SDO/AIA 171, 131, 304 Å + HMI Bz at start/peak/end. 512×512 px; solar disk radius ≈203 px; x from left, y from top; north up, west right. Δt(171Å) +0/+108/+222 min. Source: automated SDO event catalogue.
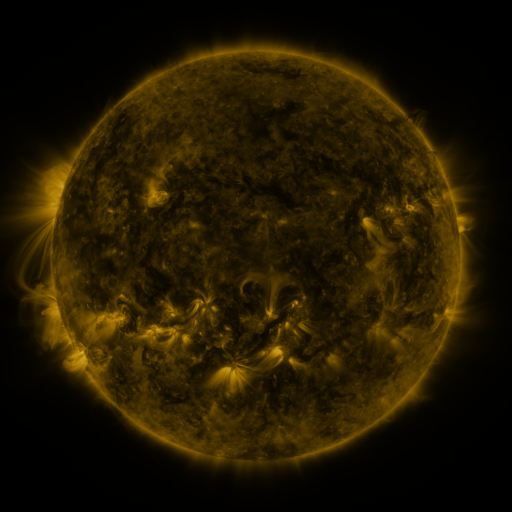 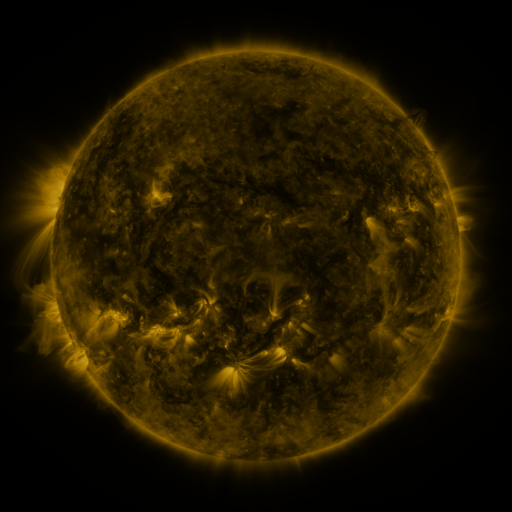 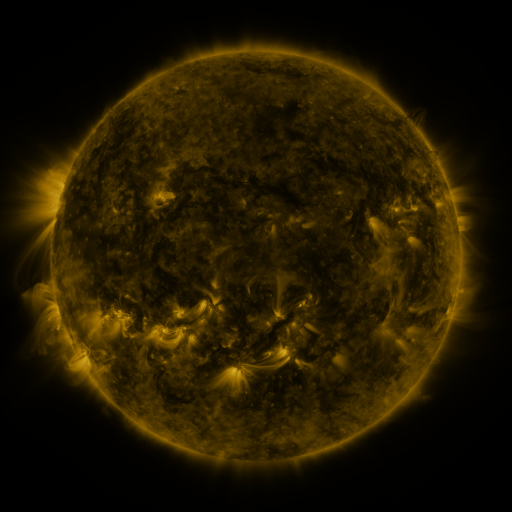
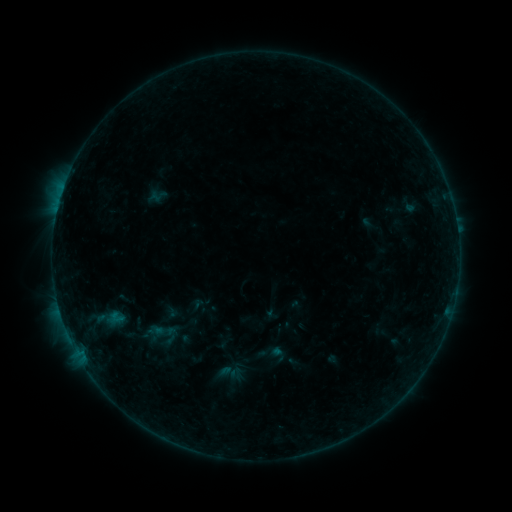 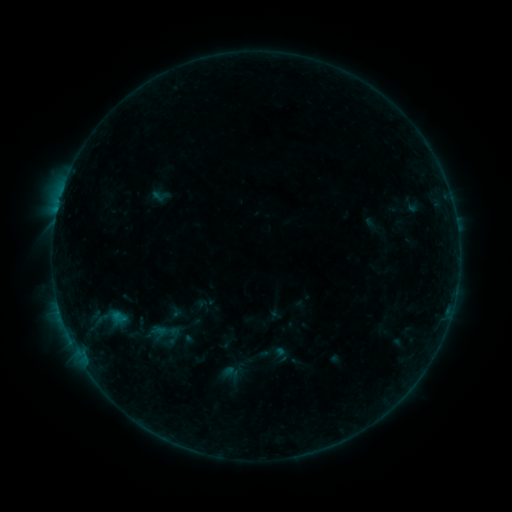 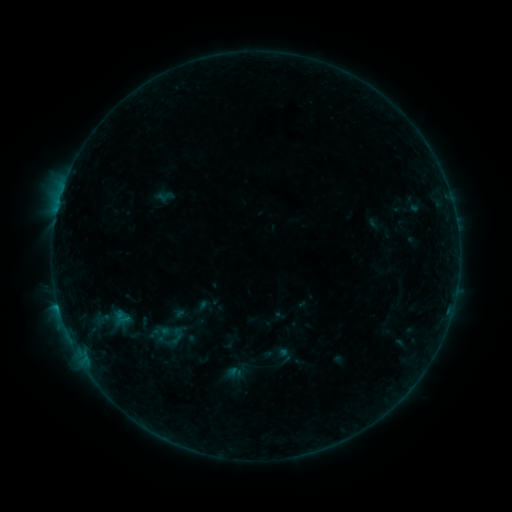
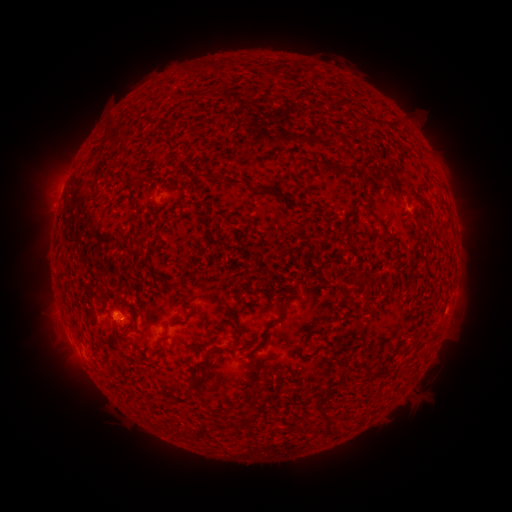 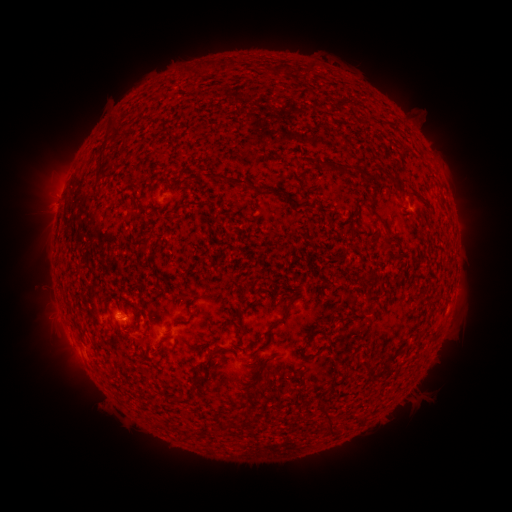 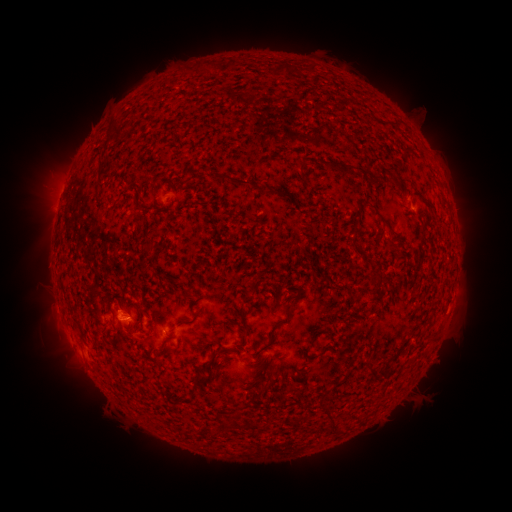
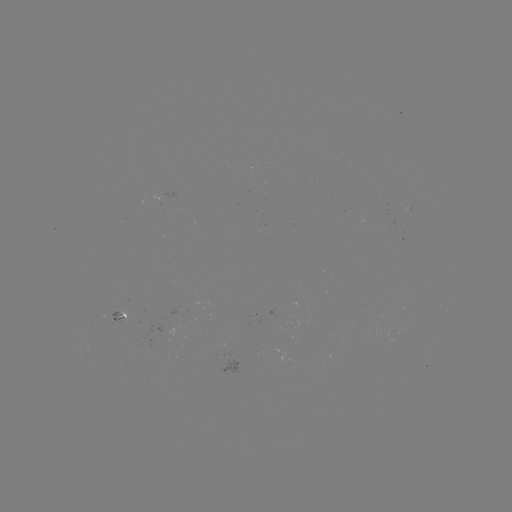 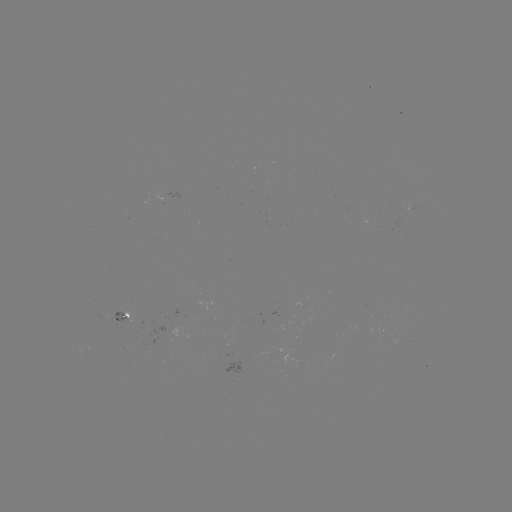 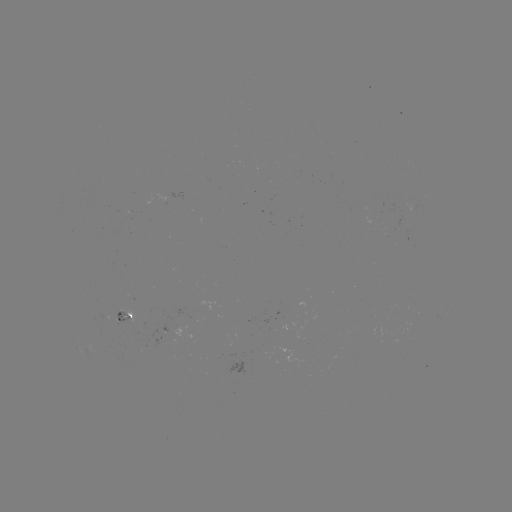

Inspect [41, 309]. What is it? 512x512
filament eruption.